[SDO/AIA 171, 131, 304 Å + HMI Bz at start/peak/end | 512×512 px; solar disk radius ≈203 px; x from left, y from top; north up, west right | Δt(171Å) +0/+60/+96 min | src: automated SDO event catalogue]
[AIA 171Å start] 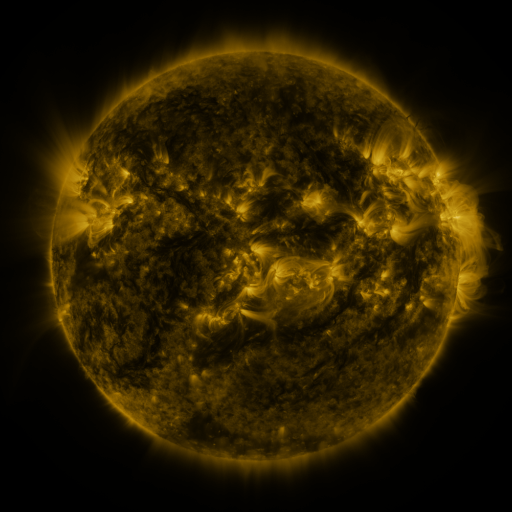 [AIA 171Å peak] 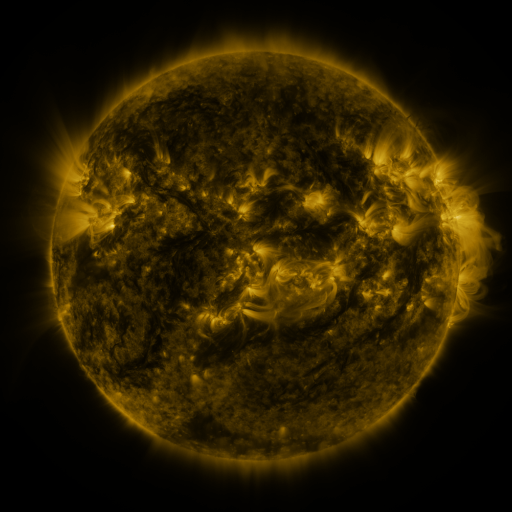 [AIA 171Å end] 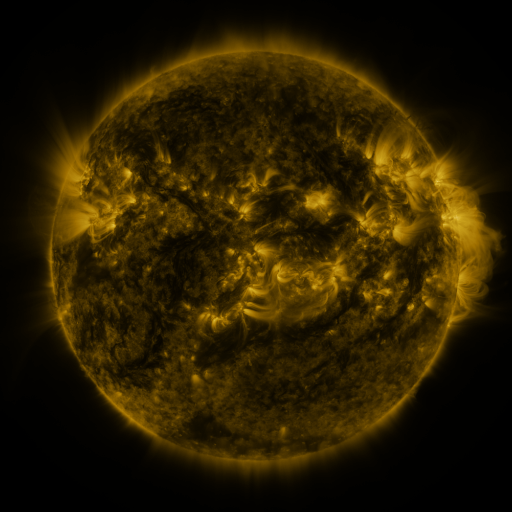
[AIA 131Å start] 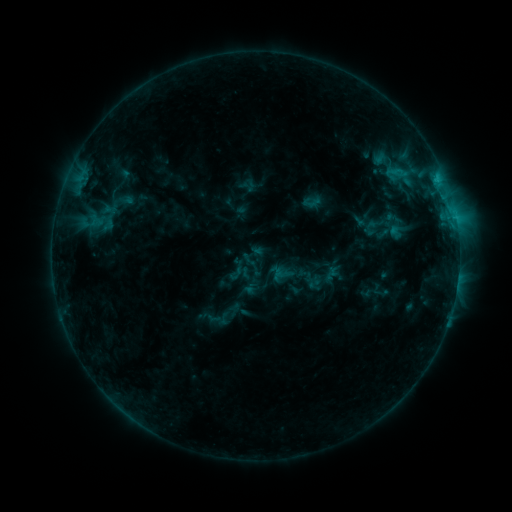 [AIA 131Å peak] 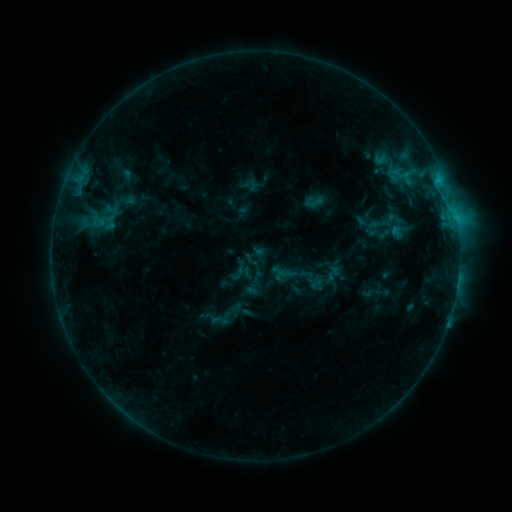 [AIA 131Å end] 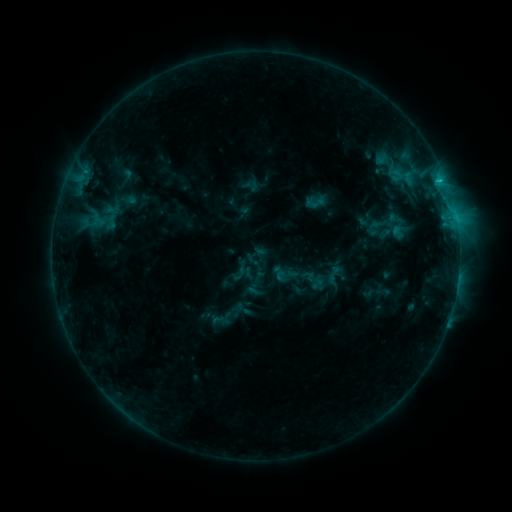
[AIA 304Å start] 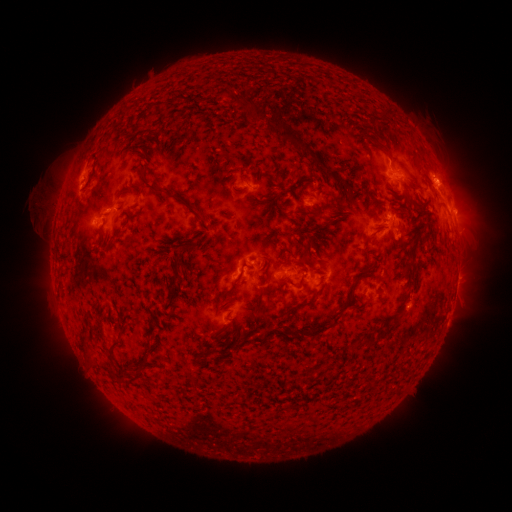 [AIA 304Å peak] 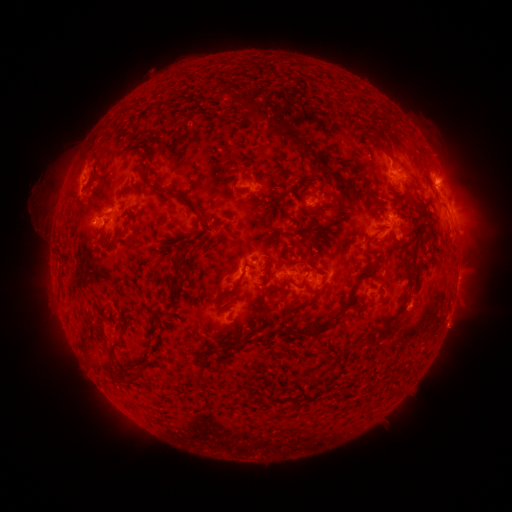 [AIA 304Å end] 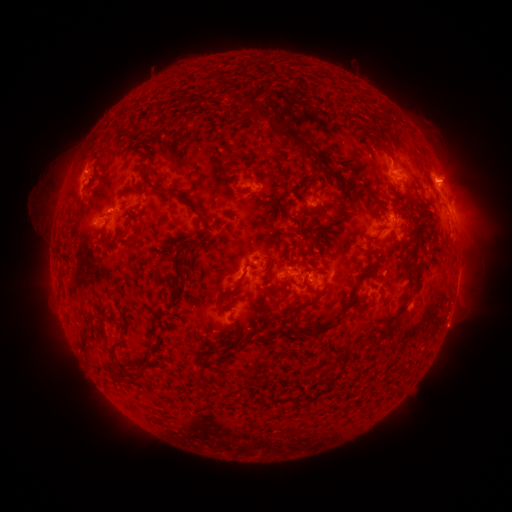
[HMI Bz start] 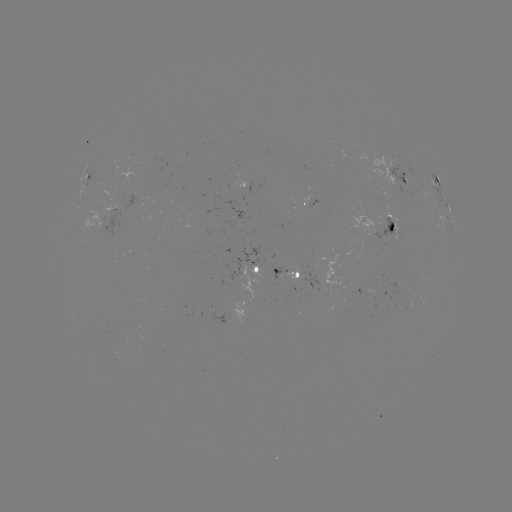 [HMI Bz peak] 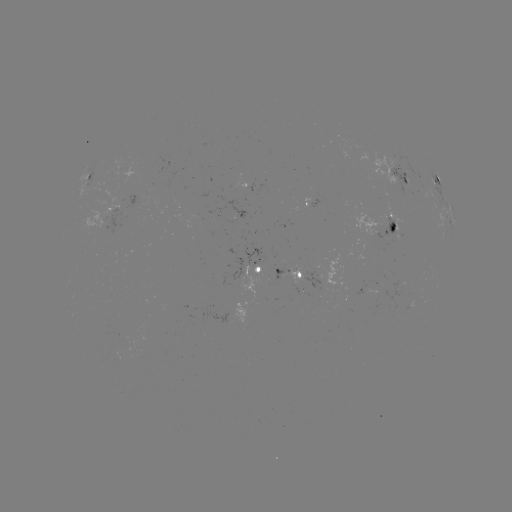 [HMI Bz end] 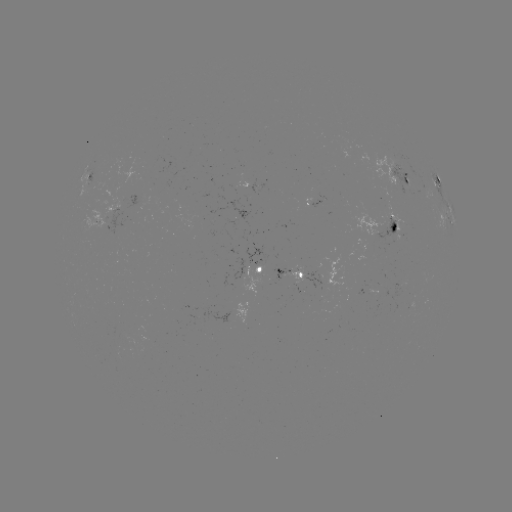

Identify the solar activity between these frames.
emerging-flux region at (388, 226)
